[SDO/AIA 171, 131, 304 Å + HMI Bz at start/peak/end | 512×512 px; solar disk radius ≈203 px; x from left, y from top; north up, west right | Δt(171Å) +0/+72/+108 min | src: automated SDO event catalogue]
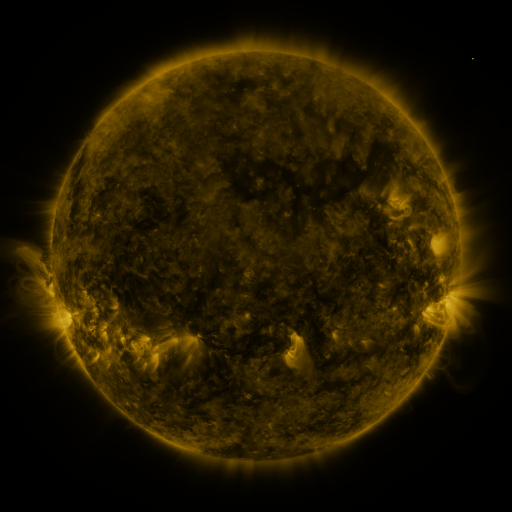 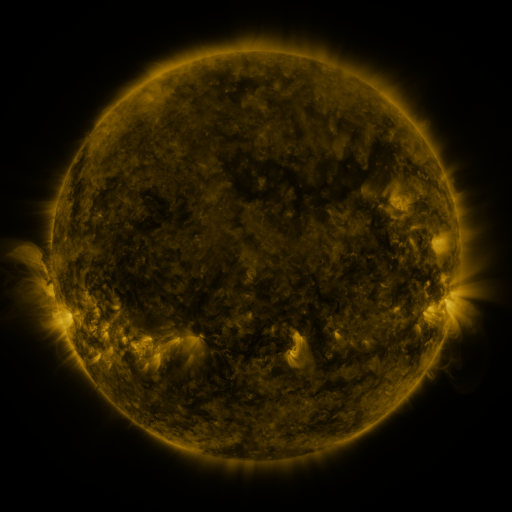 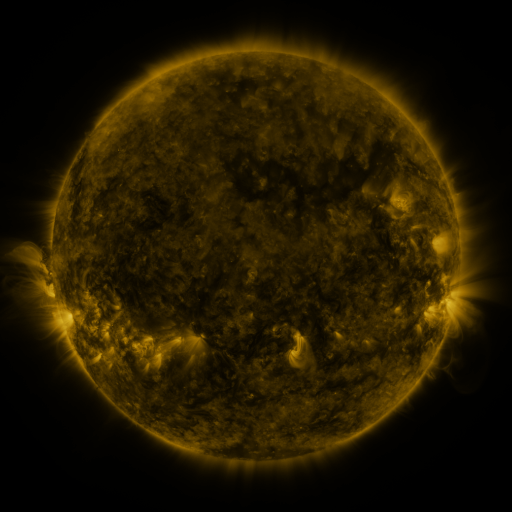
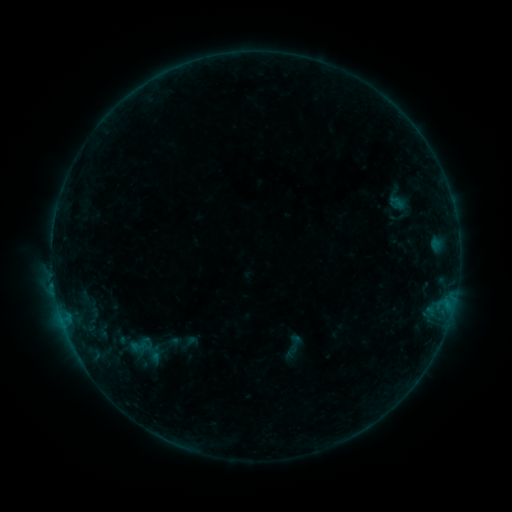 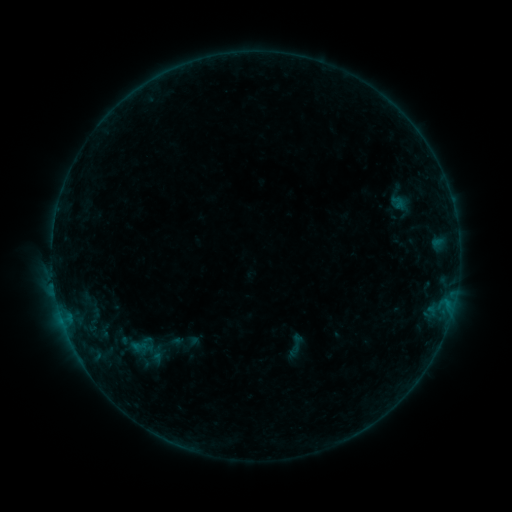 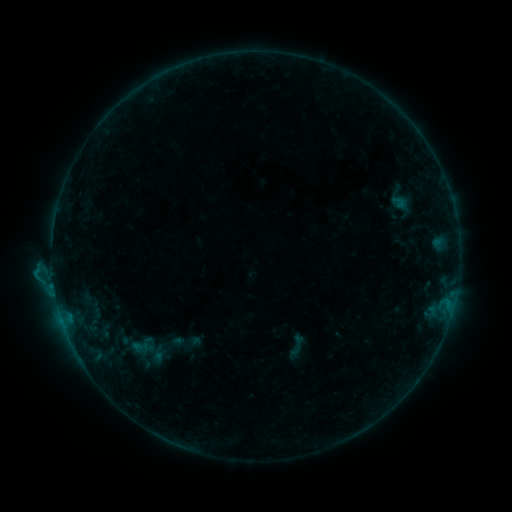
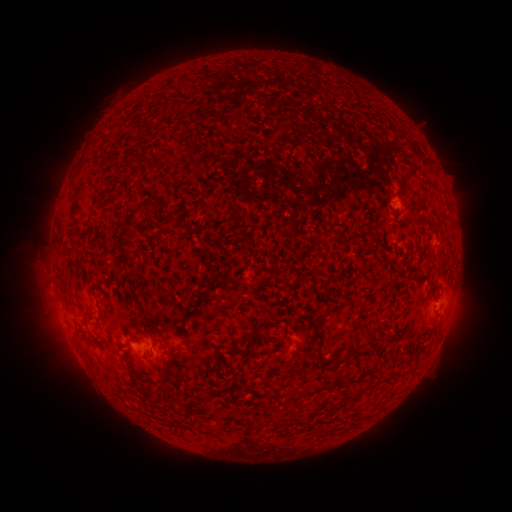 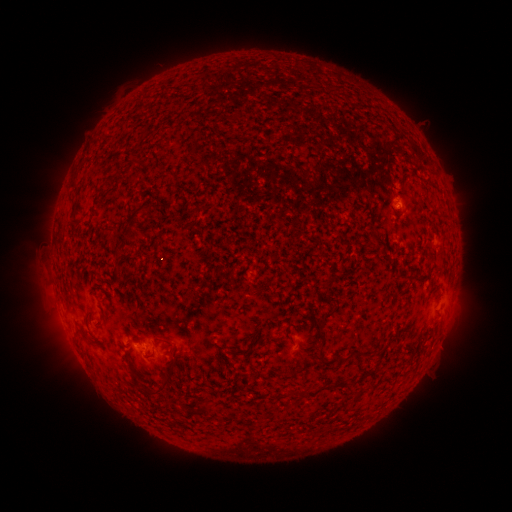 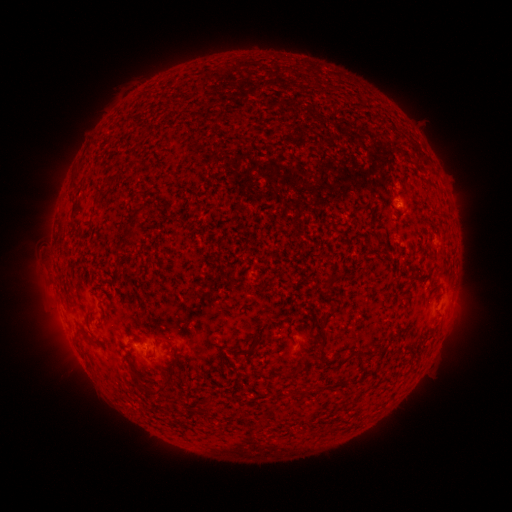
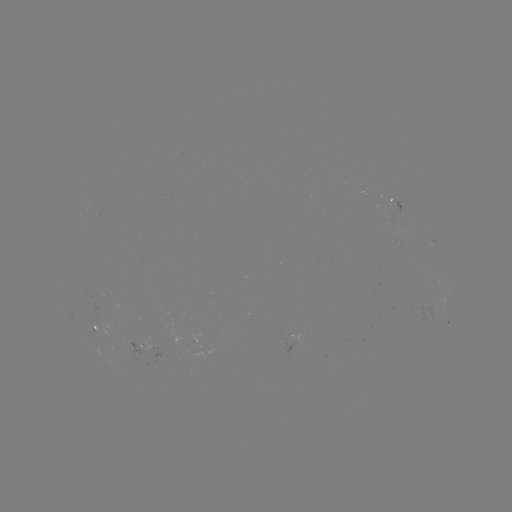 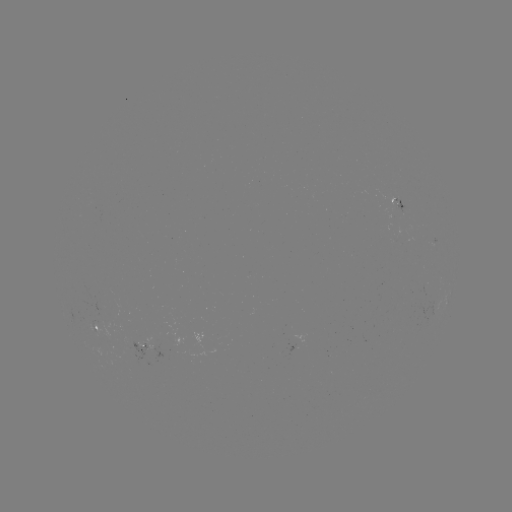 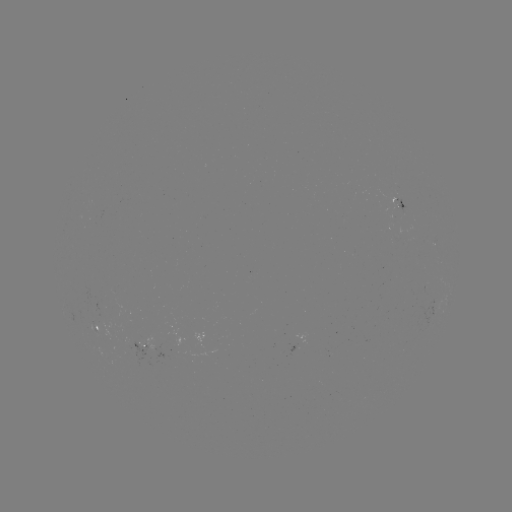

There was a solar emerging-flux region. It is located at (398, 201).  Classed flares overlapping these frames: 1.